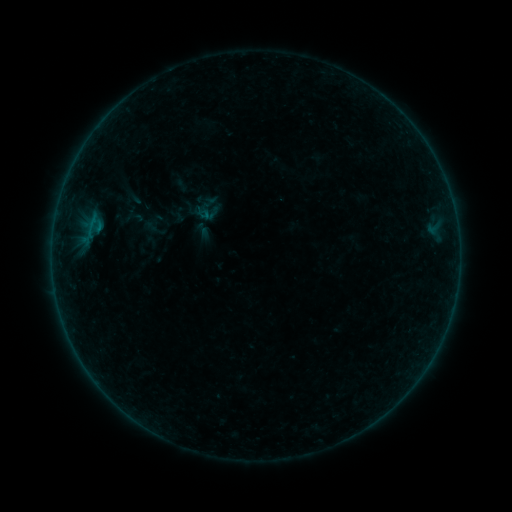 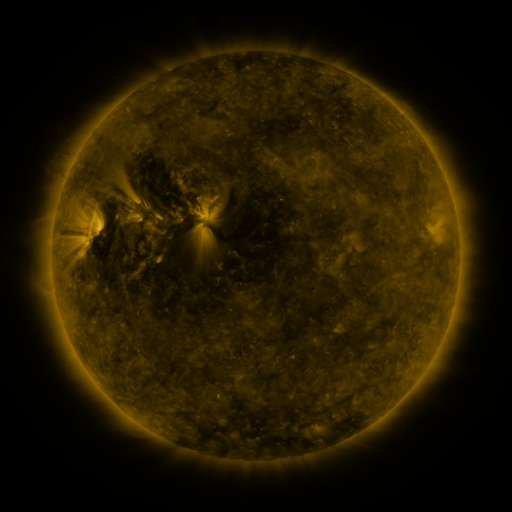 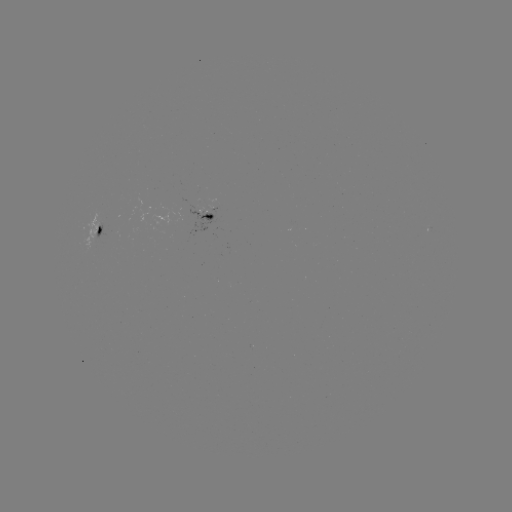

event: sigmoid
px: (205, 207)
